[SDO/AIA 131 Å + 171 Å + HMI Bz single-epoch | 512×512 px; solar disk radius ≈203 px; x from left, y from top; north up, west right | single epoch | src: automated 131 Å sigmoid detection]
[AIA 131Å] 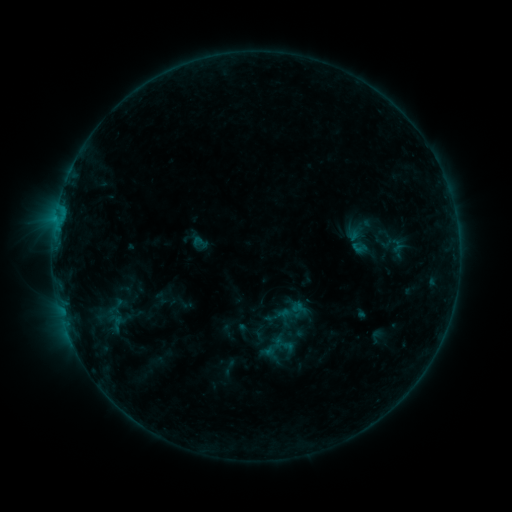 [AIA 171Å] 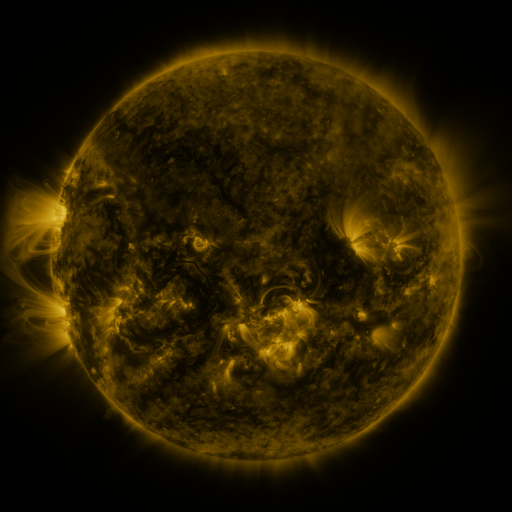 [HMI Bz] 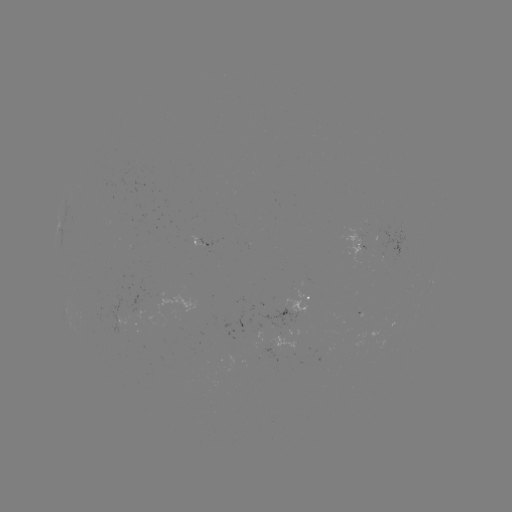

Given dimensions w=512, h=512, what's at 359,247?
sigmoid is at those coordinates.